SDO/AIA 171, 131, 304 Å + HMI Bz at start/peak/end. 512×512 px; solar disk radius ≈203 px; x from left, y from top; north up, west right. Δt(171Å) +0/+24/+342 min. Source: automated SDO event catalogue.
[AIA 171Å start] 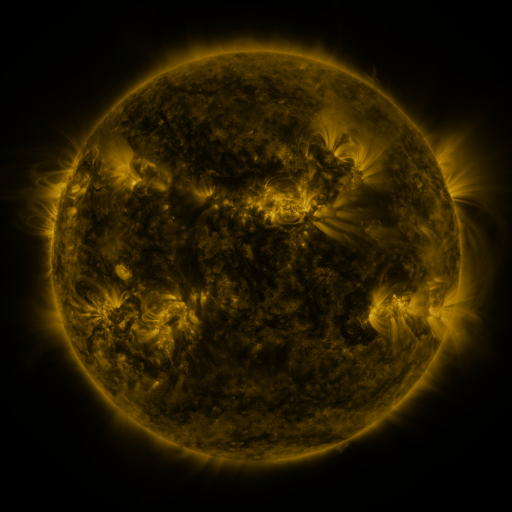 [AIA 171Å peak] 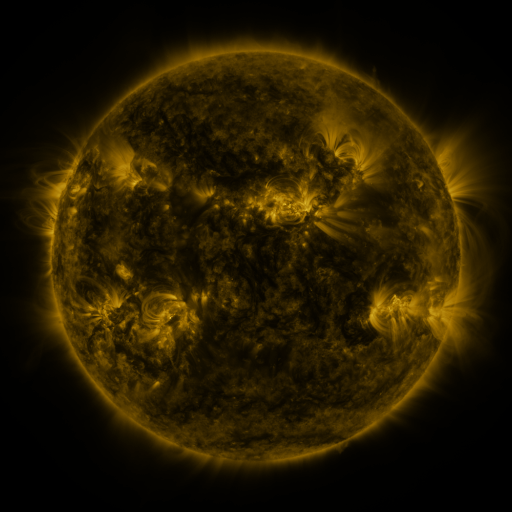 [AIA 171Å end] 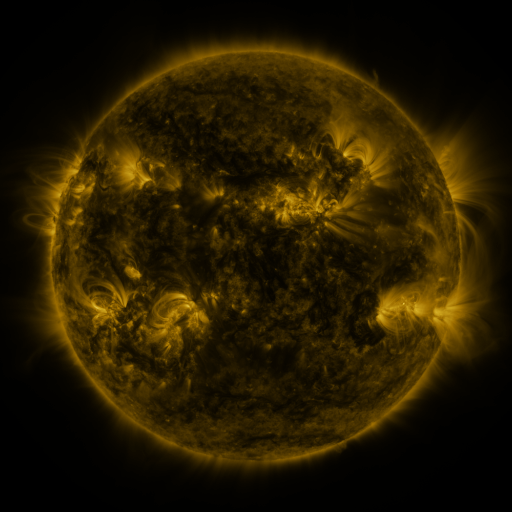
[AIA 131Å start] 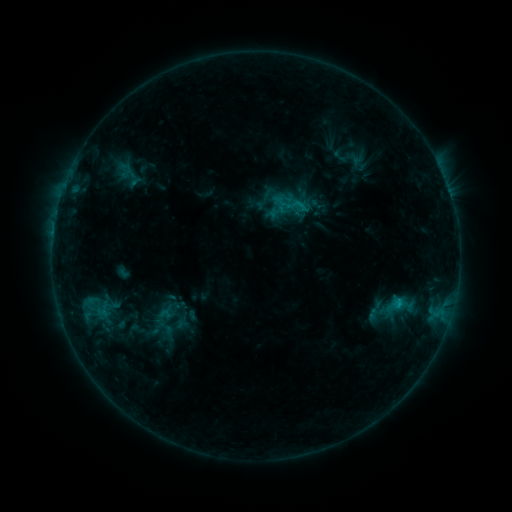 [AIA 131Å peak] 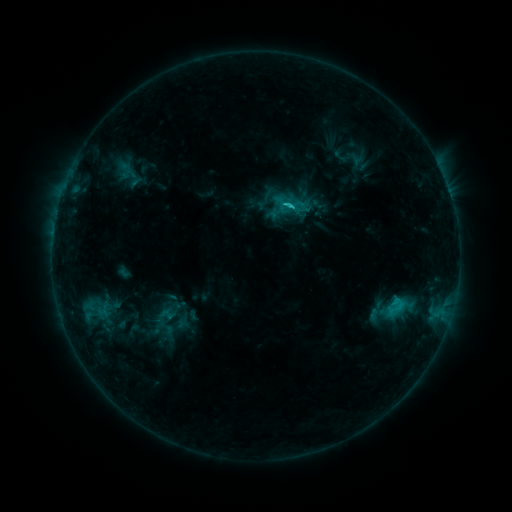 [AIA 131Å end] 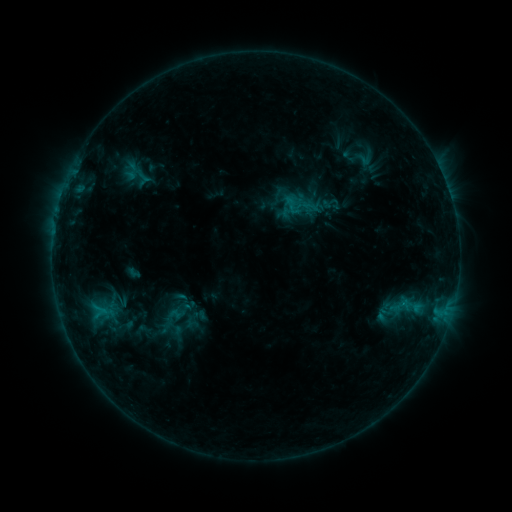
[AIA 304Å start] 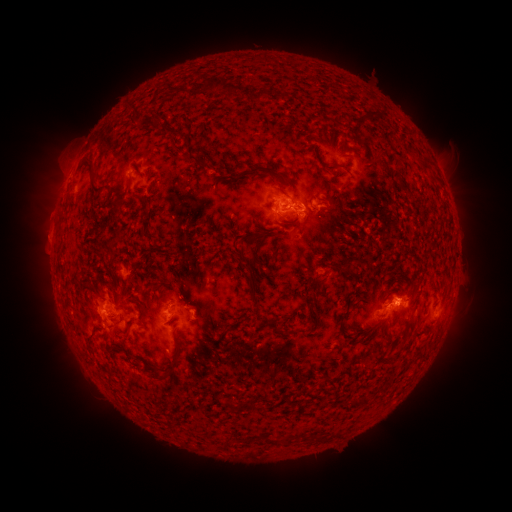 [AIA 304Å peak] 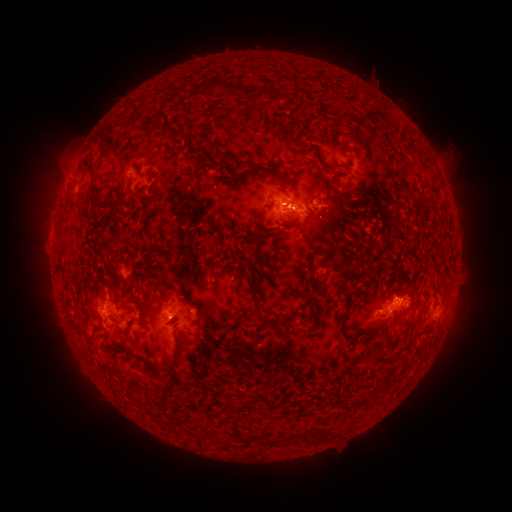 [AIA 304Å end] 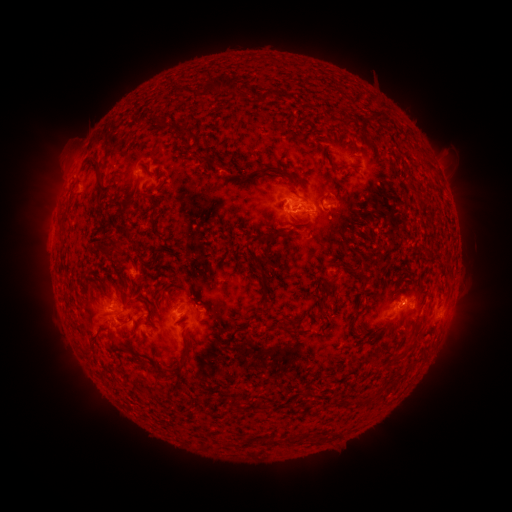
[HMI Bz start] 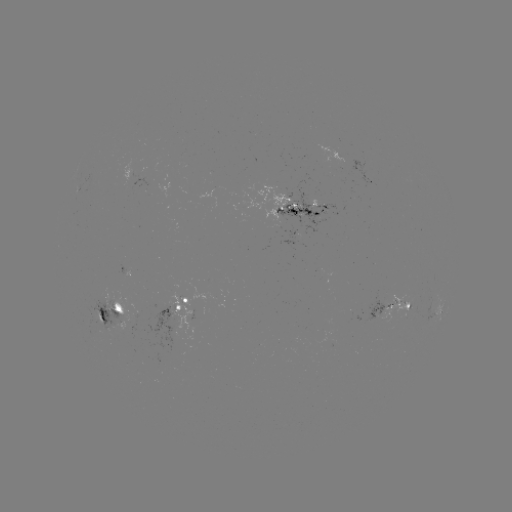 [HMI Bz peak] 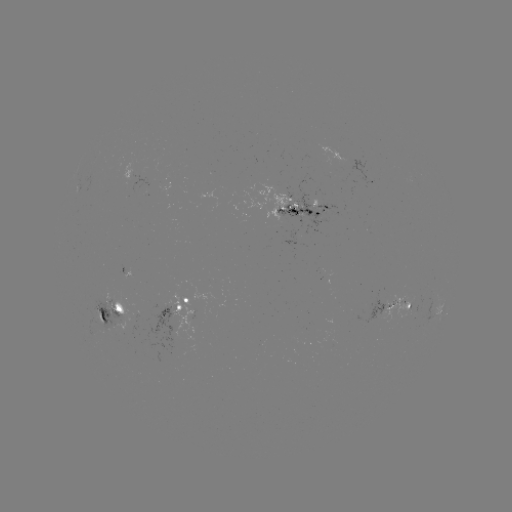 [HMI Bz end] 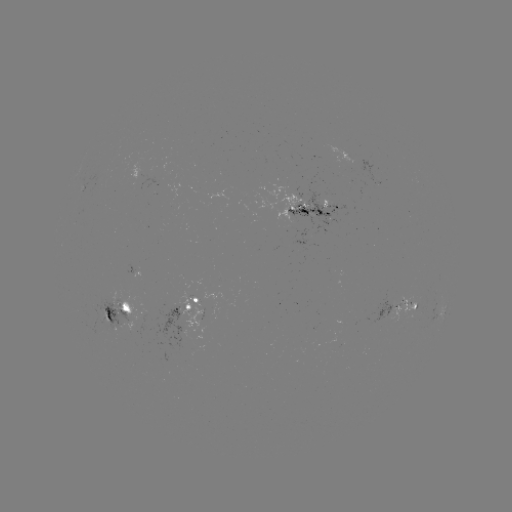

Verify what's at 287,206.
C2.5 flare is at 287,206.